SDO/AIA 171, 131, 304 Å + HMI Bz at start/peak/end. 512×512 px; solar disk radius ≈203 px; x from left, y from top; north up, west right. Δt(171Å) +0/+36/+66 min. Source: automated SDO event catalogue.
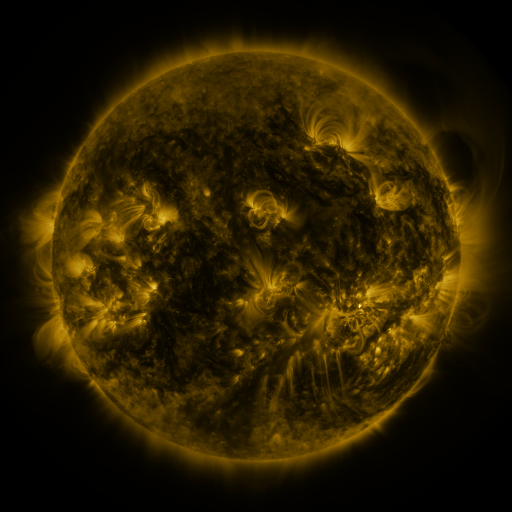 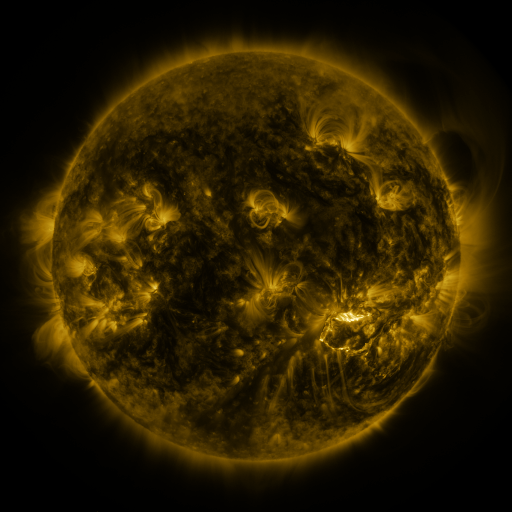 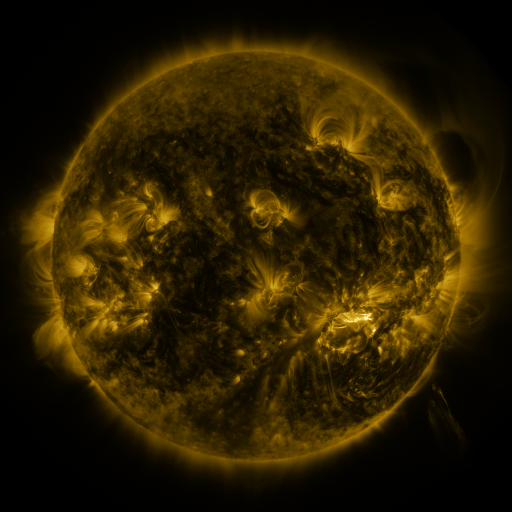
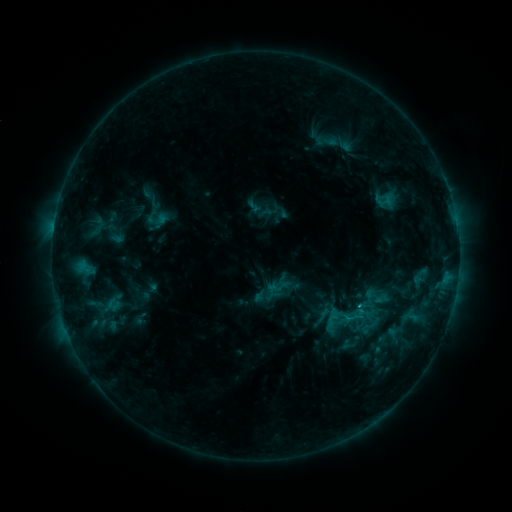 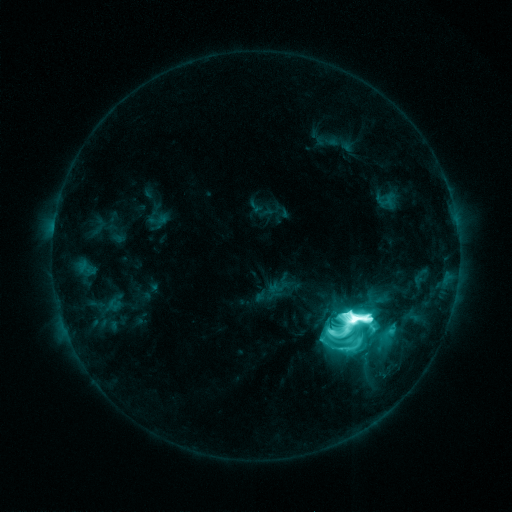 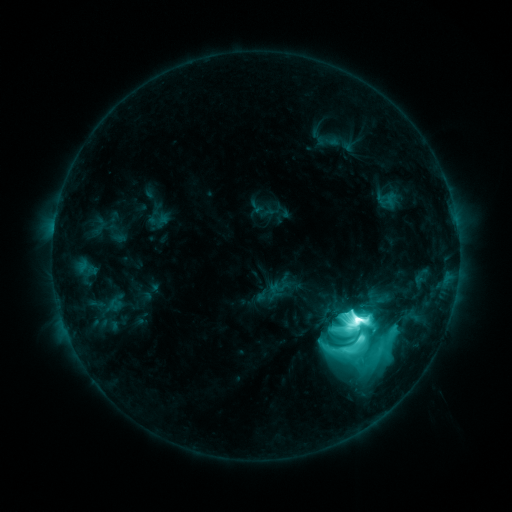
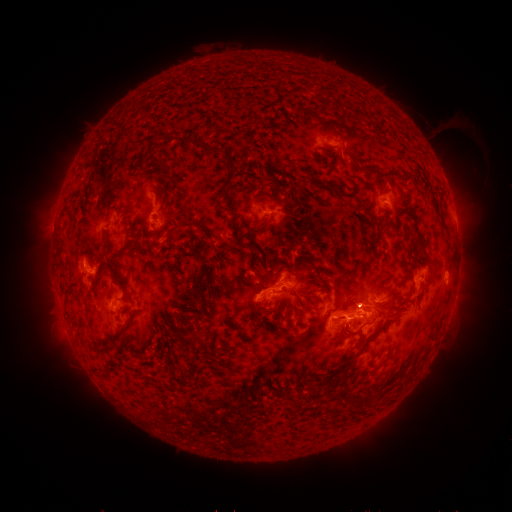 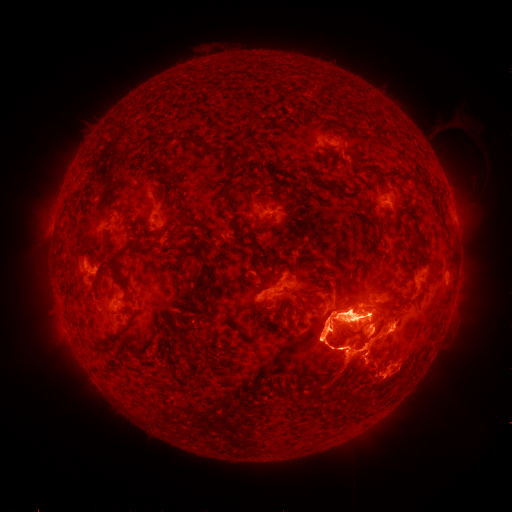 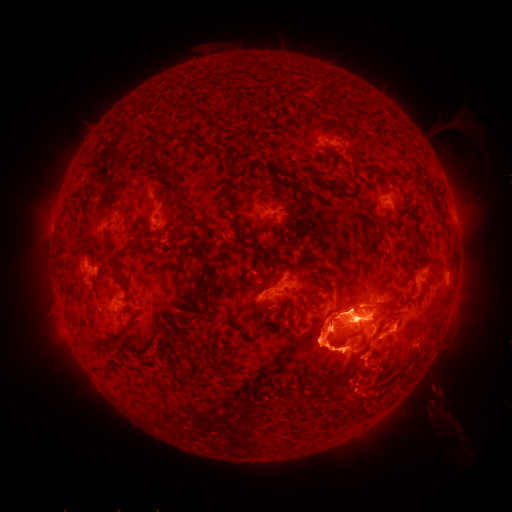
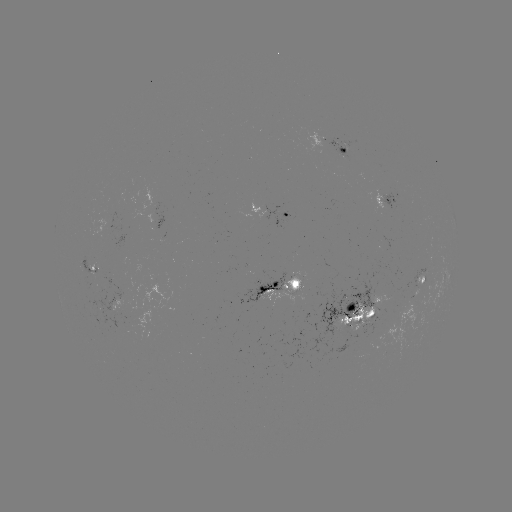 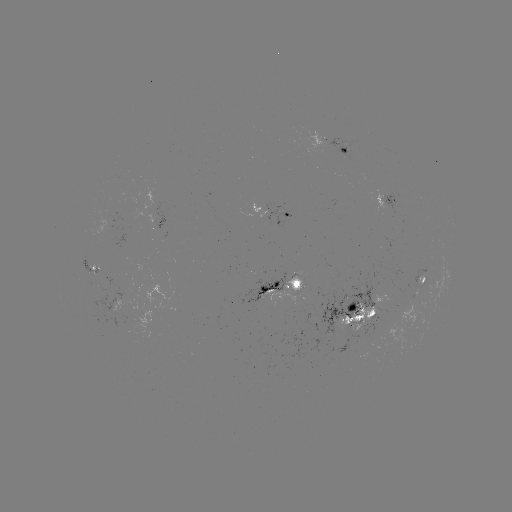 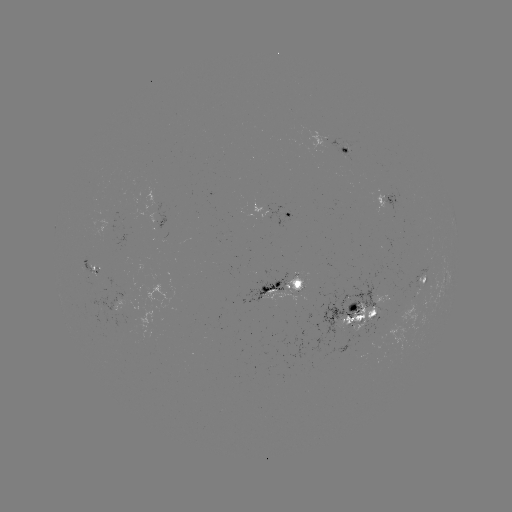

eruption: [231, 247, 470, 437]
